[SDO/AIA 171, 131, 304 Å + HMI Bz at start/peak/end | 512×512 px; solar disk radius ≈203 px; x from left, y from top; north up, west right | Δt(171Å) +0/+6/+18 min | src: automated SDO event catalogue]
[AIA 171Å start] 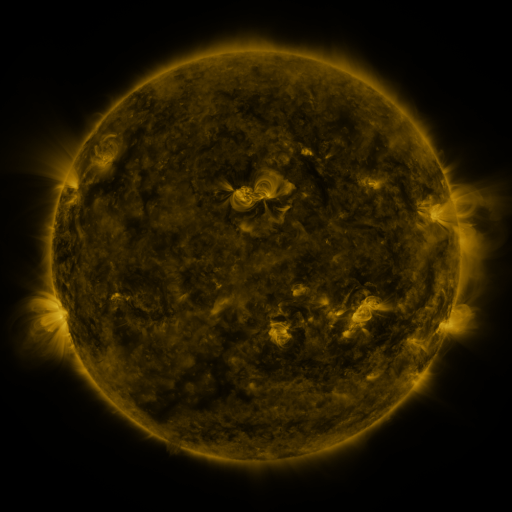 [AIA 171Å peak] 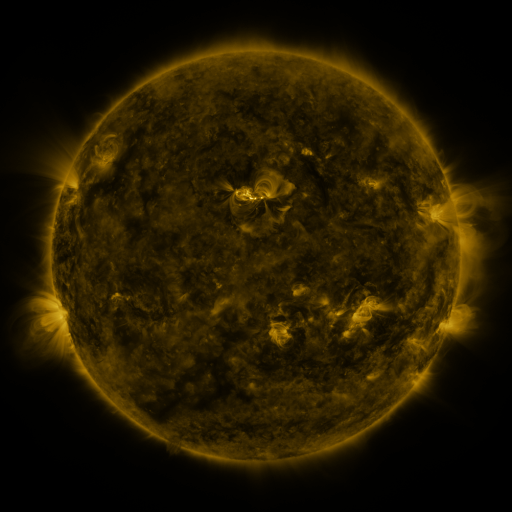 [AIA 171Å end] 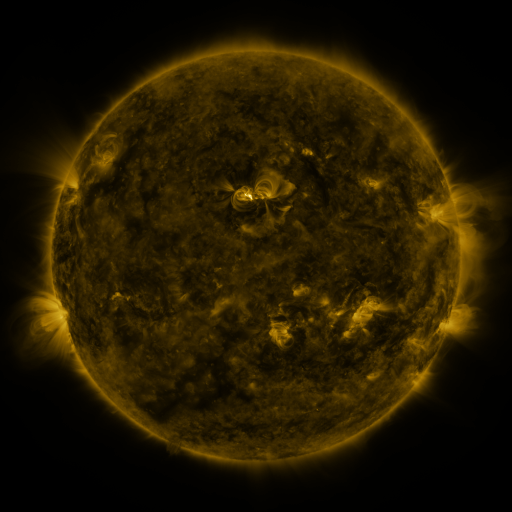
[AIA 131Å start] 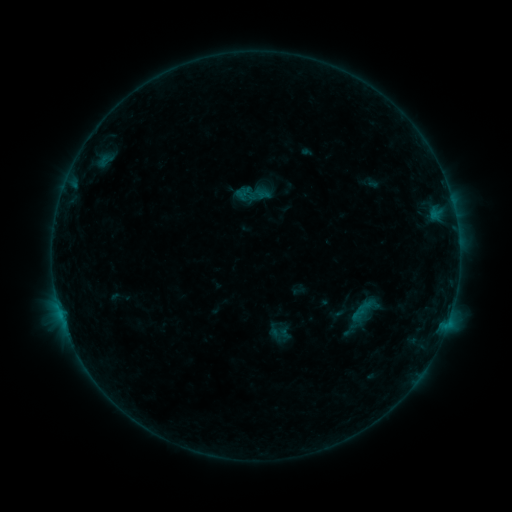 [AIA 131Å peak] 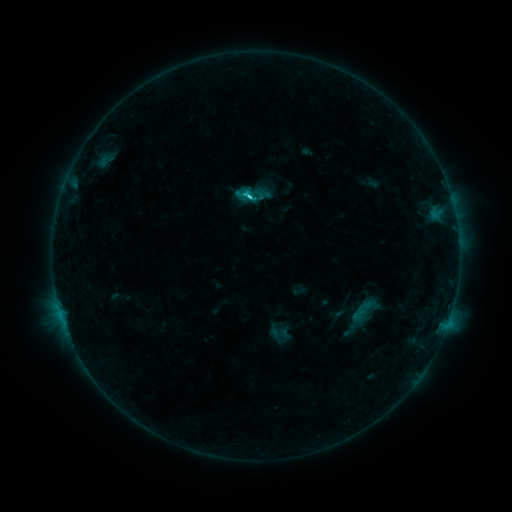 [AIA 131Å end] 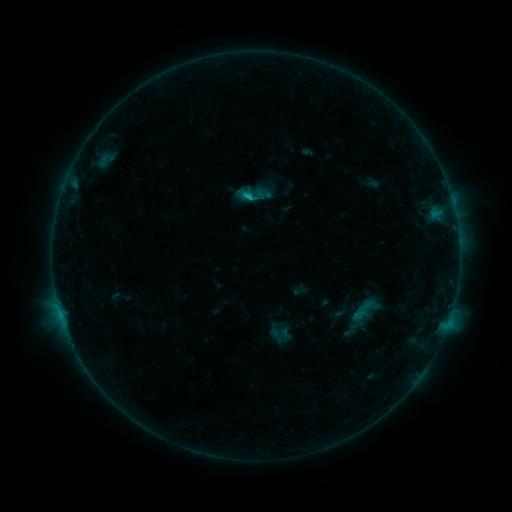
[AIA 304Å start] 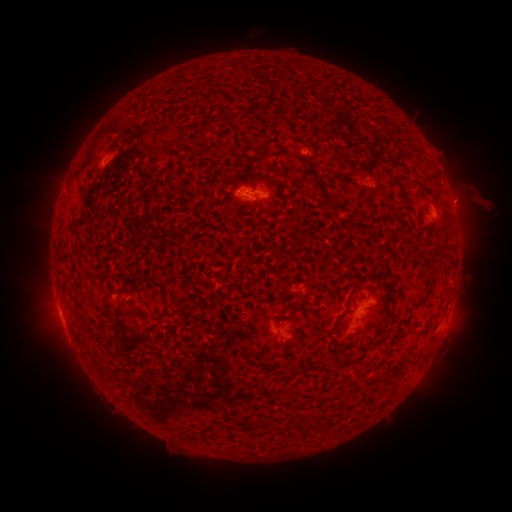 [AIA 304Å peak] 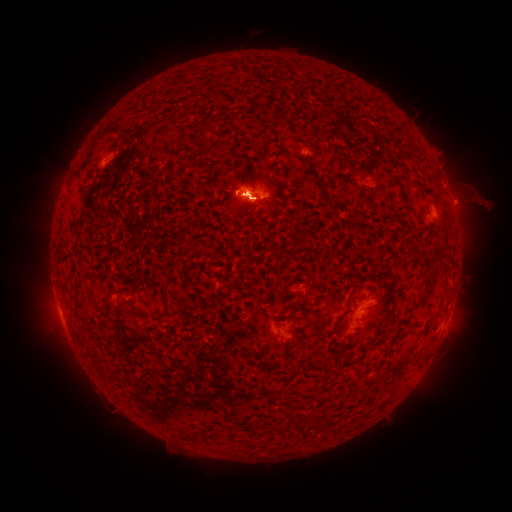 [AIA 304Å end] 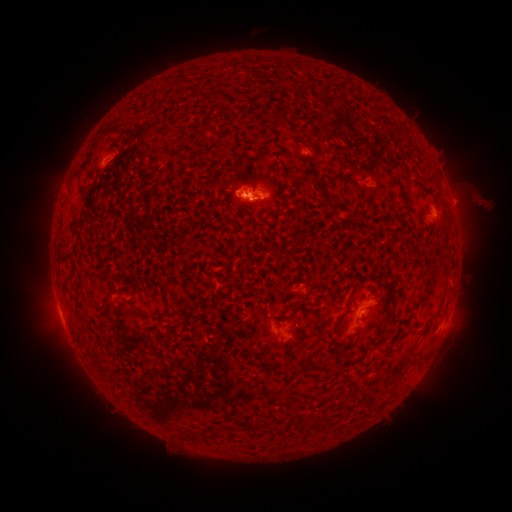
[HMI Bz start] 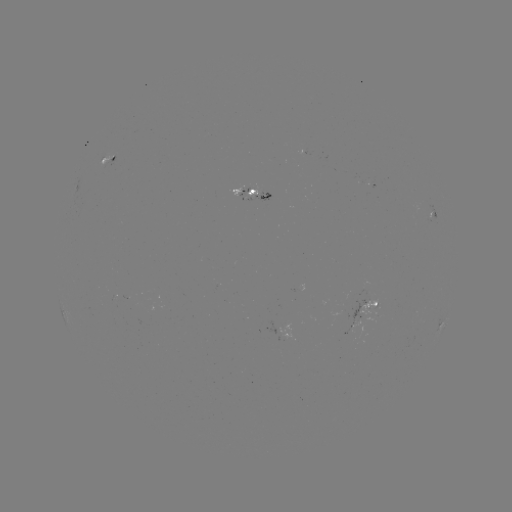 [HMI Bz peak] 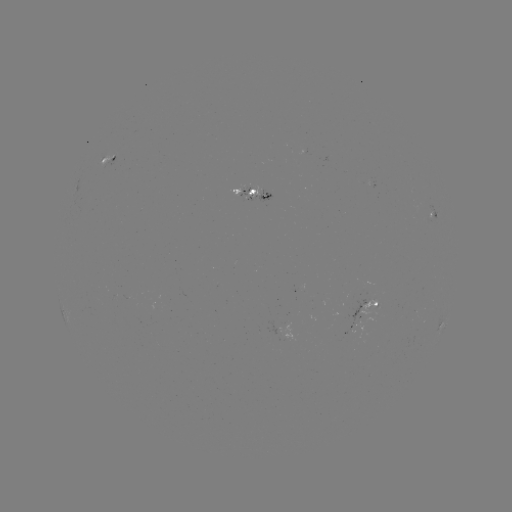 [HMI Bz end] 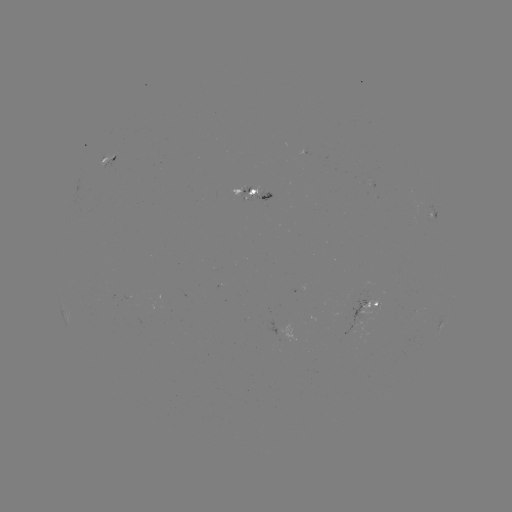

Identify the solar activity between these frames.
C1.4 flare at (252, 199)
